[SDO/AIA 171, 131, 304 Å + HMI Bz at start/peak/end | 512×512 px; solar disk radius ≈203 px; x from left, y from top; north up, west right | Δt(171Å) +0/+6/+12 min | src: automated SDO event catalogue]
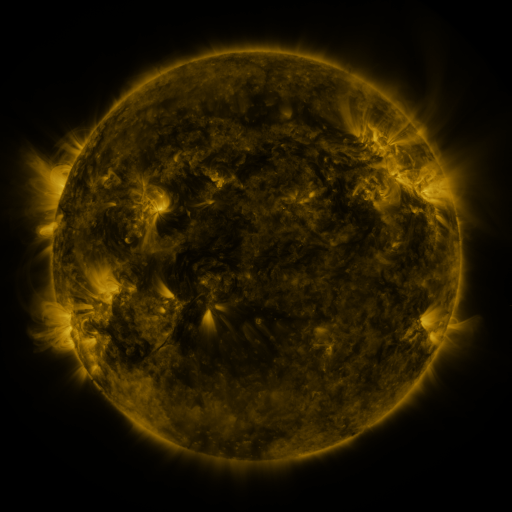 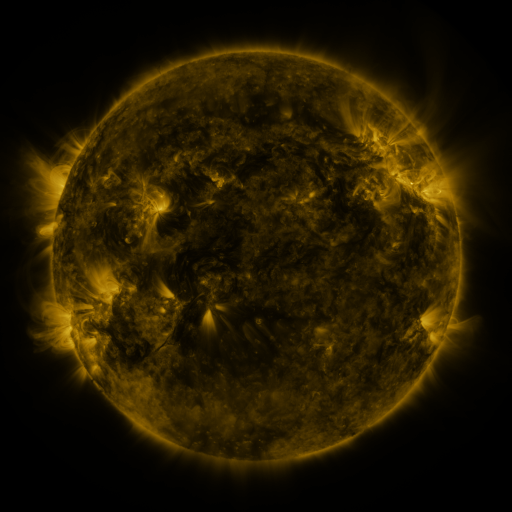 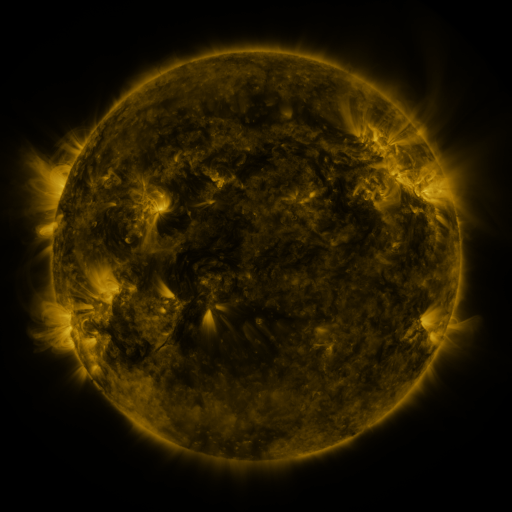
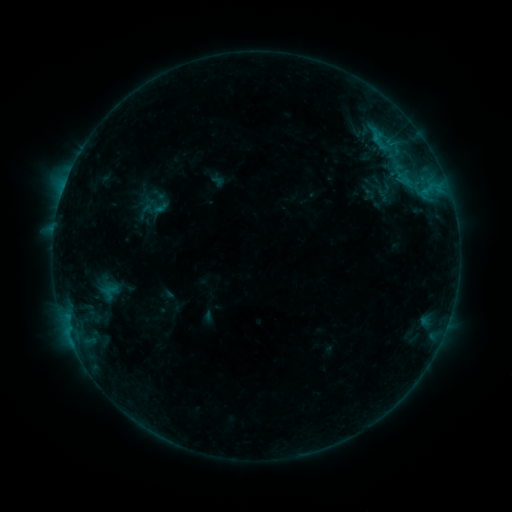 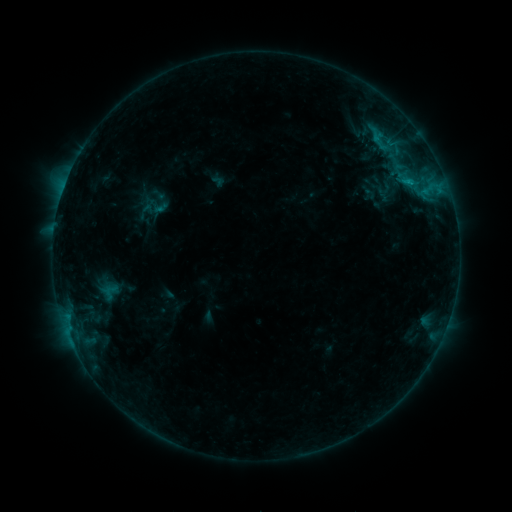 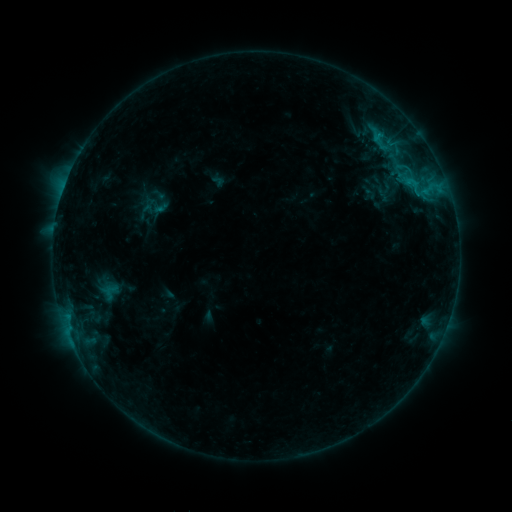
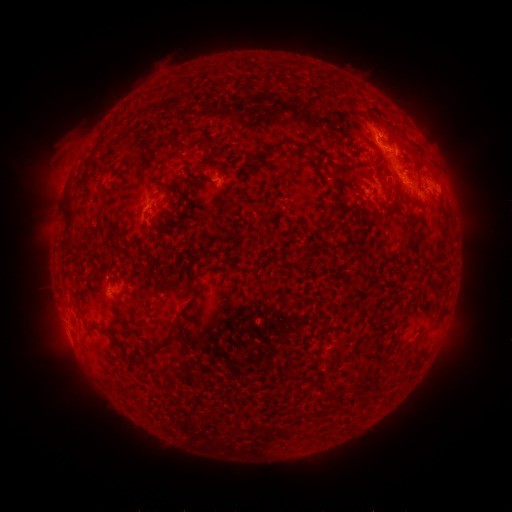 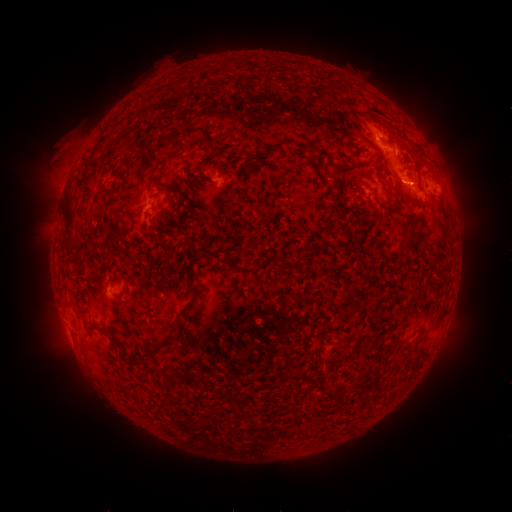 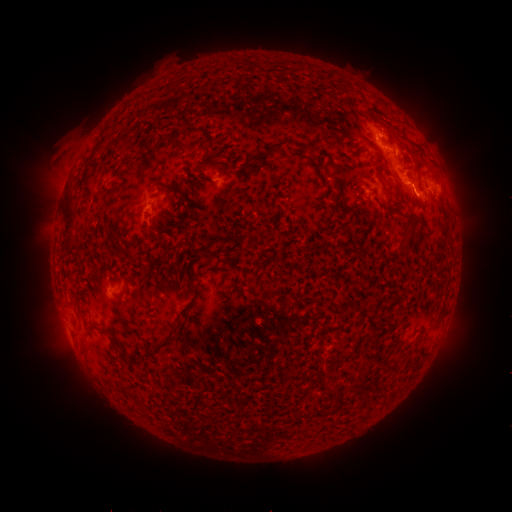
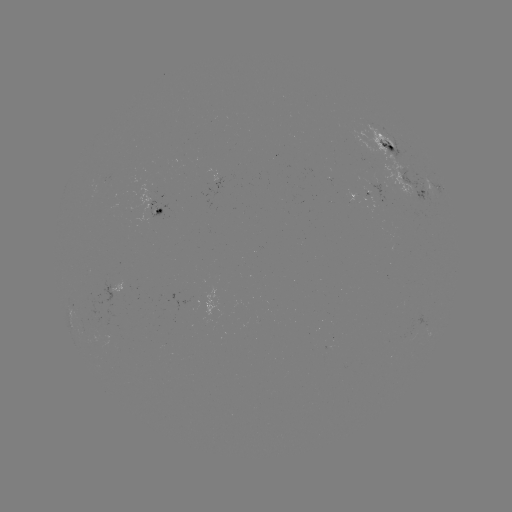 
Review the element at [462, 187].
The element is eruption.